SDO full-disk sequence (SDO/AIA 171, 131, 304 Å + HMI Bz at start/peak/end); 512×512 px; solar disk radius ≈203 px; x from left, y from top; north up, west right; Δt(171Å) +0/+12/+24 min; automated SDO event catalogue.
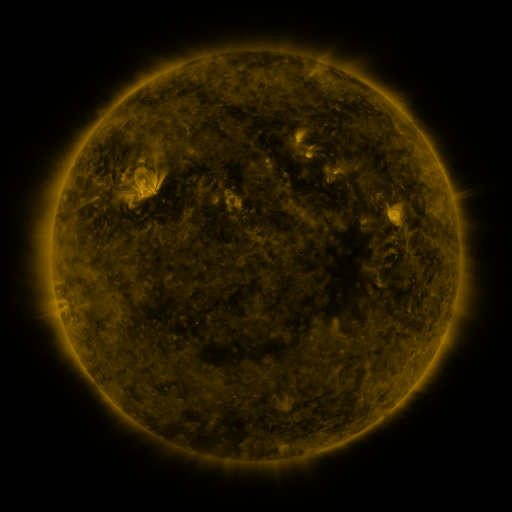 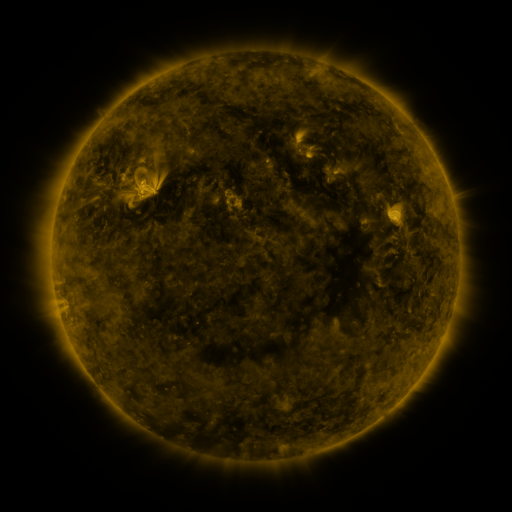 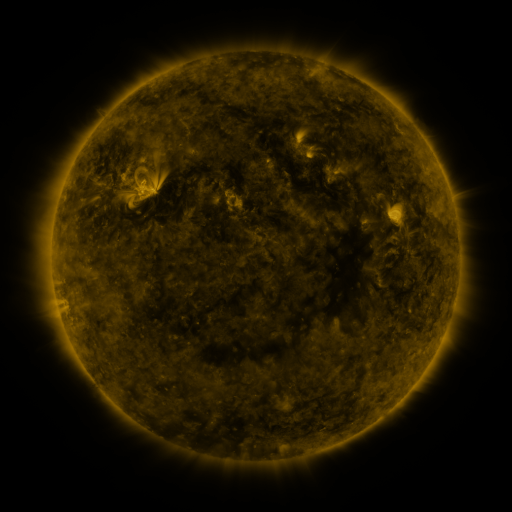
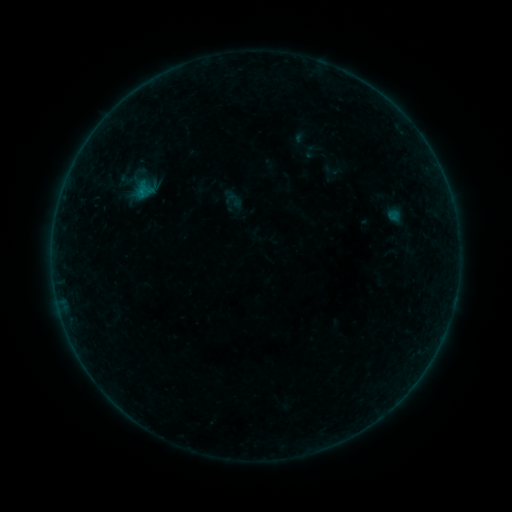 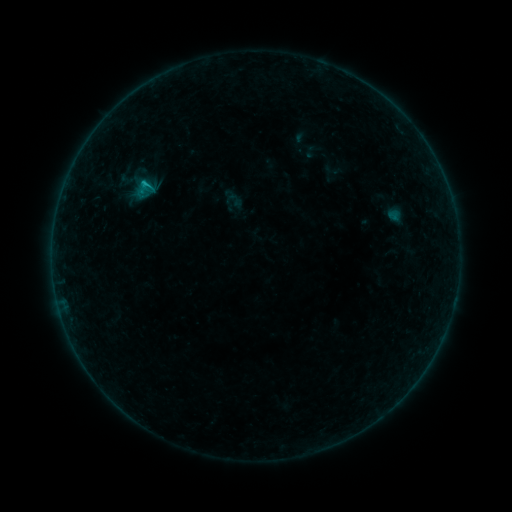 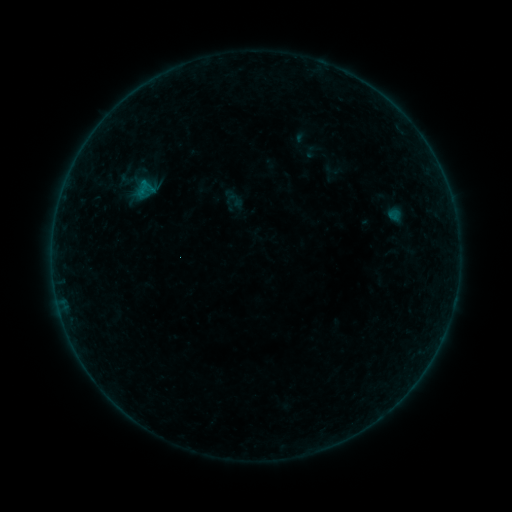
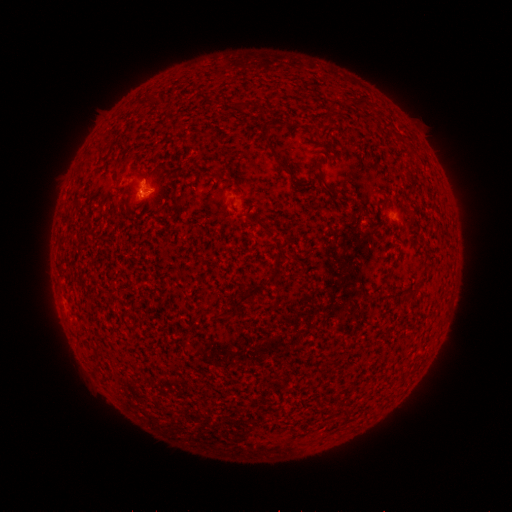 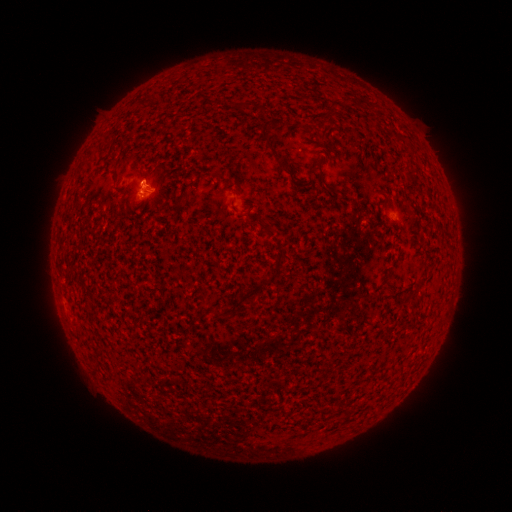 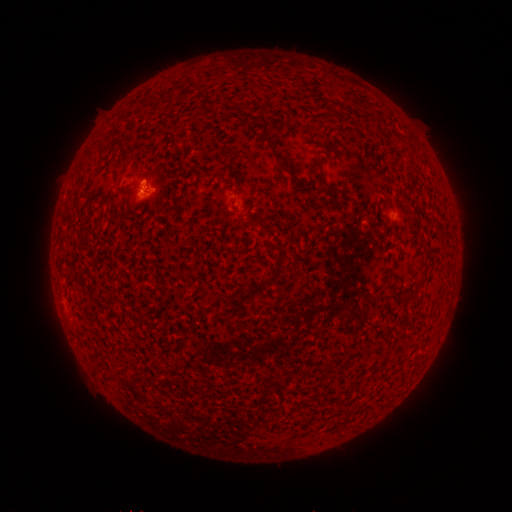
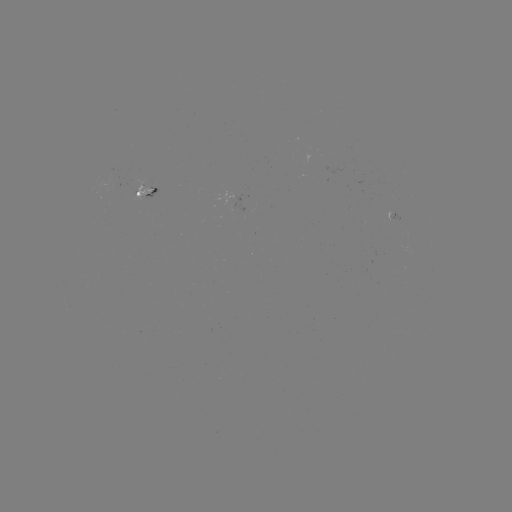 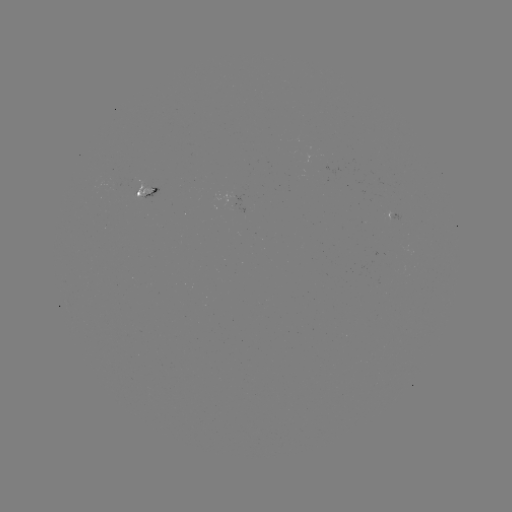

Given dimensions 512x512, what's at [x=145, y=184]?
B4.0 flare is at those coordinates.